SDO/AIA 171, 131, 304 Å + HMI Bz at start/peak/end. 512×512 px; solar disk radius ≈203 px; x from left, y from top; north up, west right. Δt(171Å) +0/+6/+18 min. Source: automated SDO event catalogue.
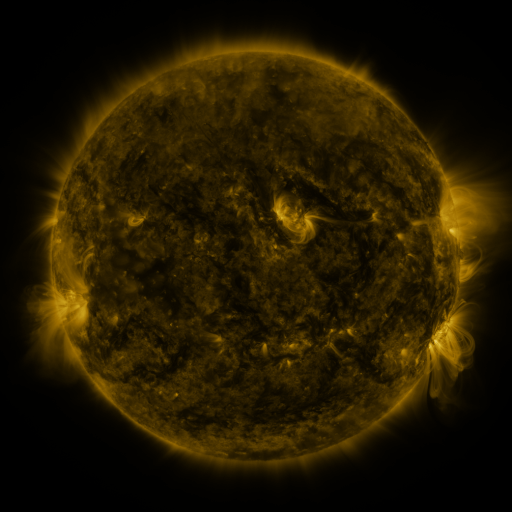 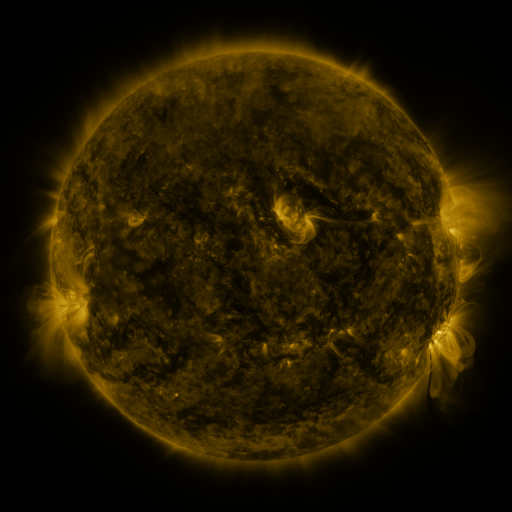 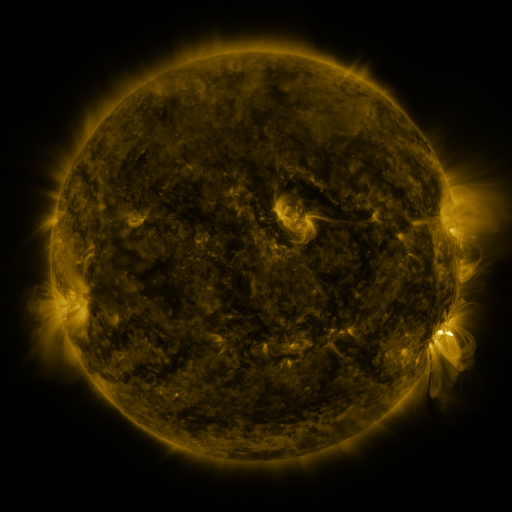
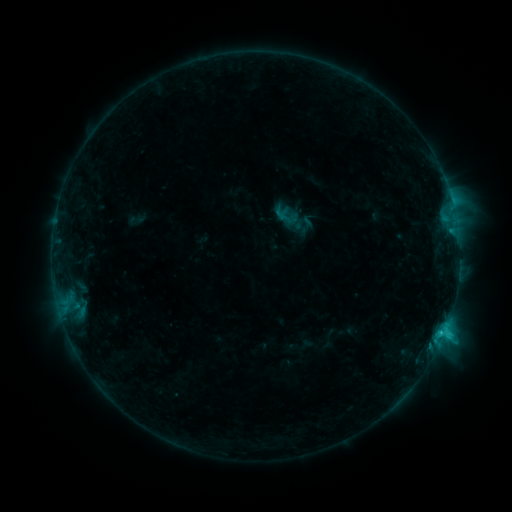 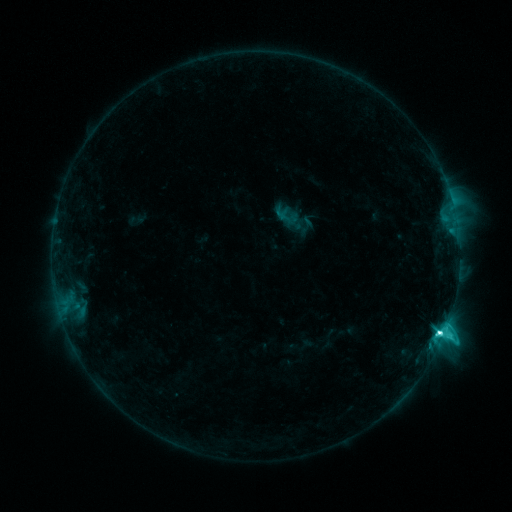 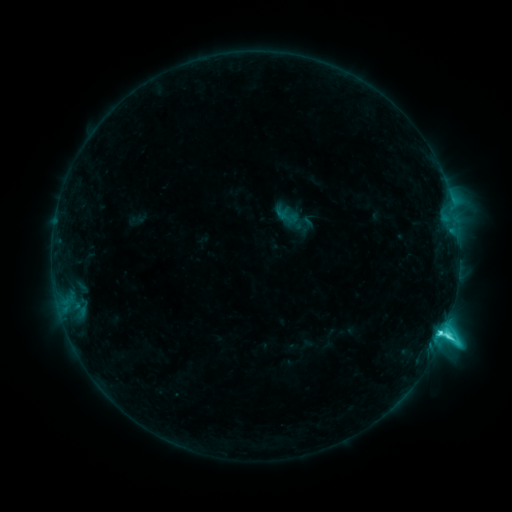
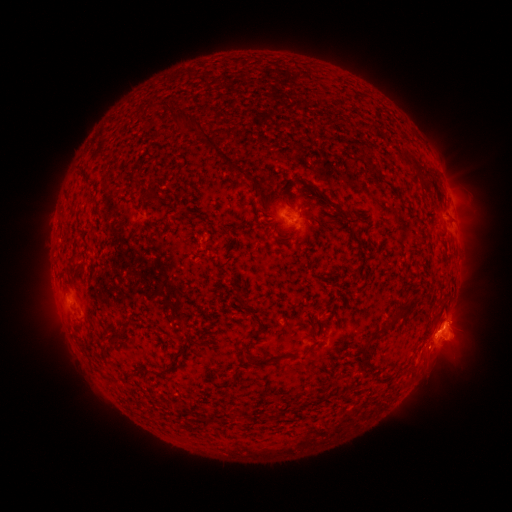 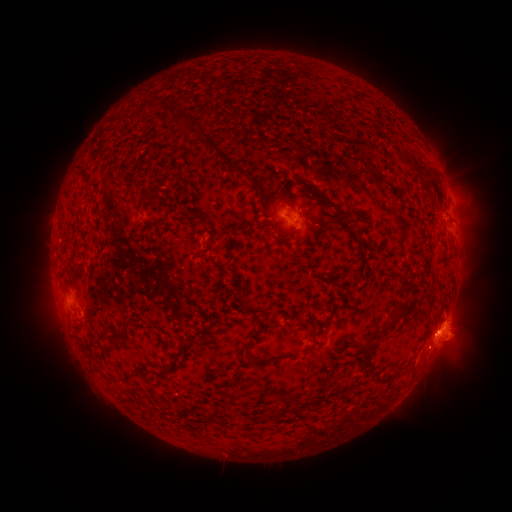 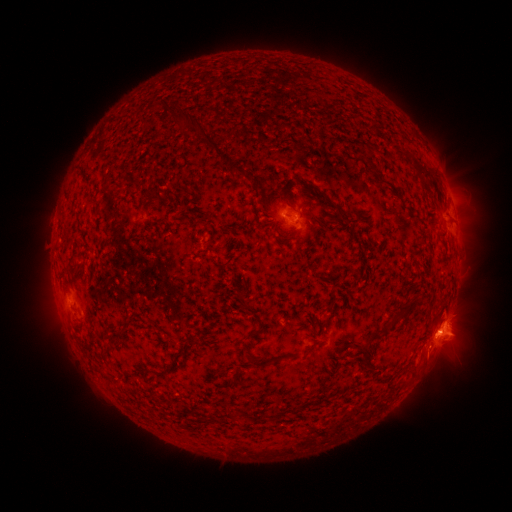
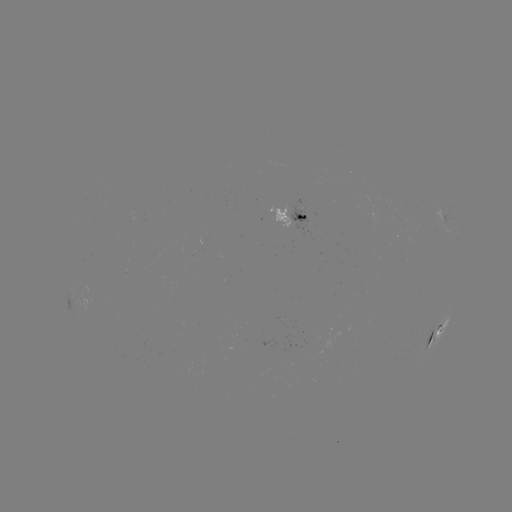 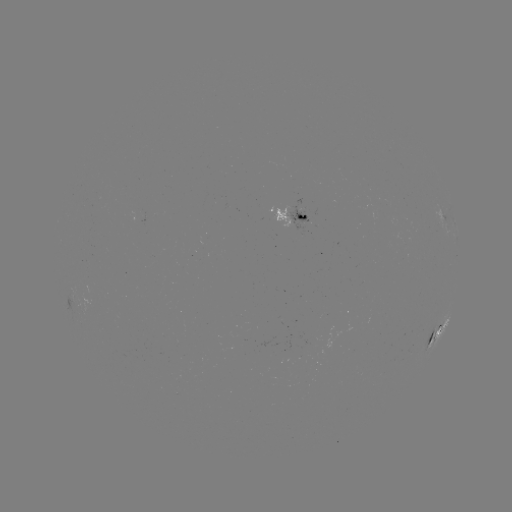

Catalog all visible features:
C7.2 flare: (440, 330)
